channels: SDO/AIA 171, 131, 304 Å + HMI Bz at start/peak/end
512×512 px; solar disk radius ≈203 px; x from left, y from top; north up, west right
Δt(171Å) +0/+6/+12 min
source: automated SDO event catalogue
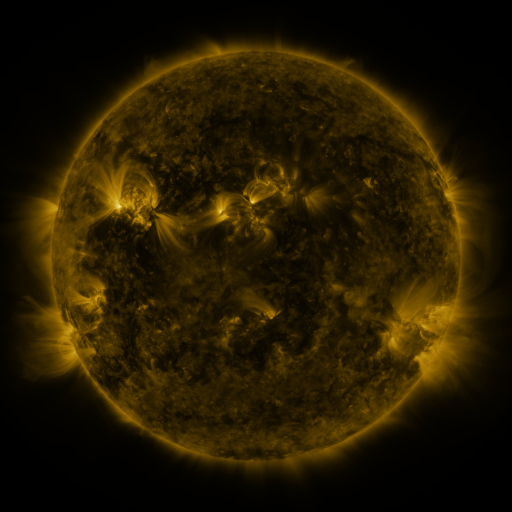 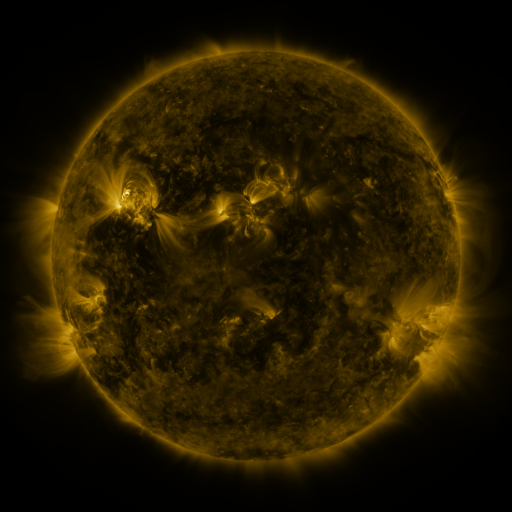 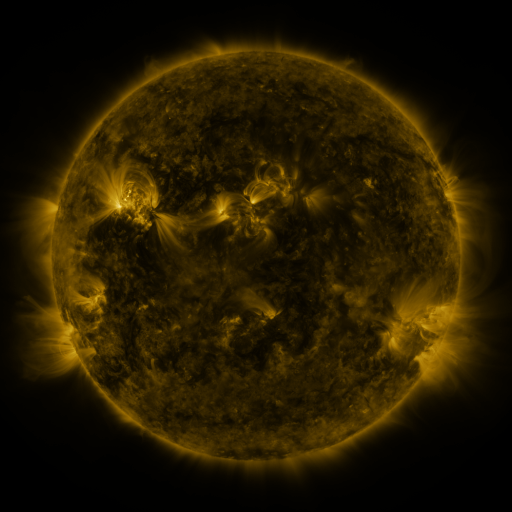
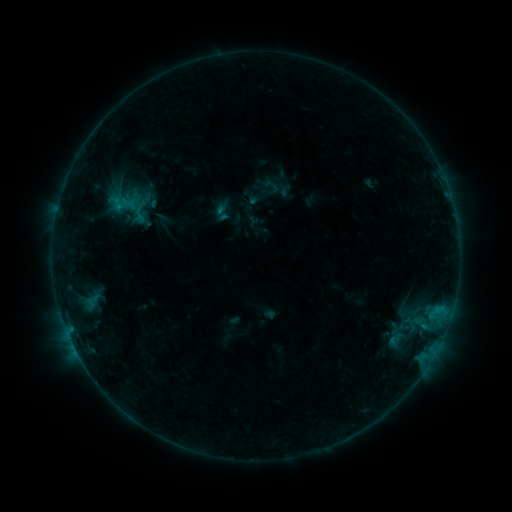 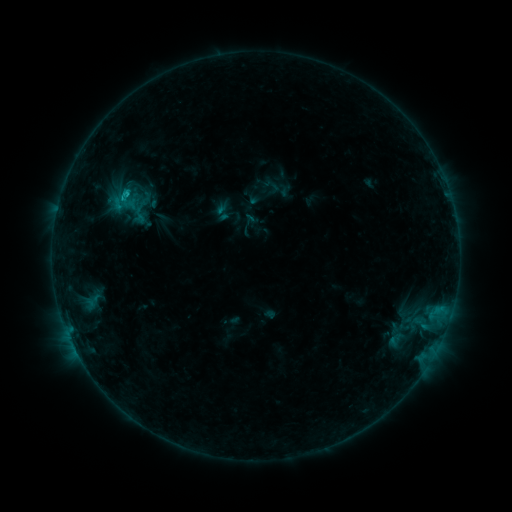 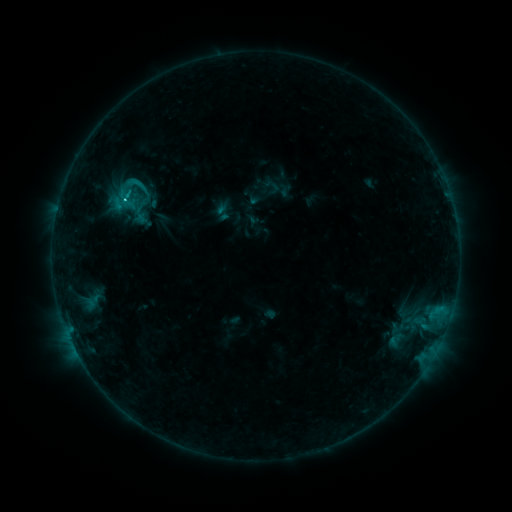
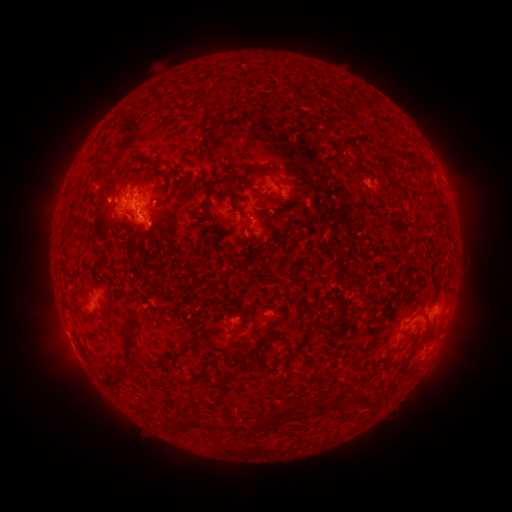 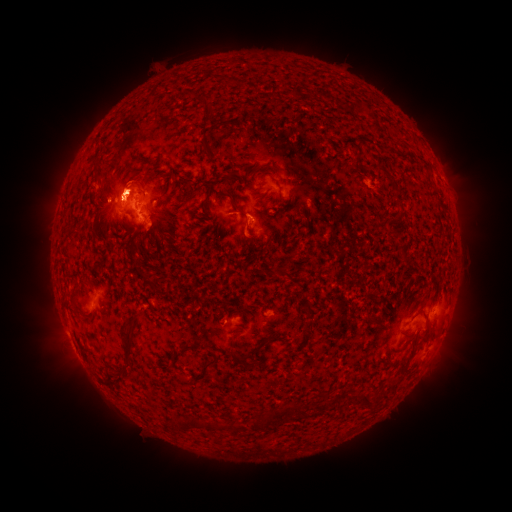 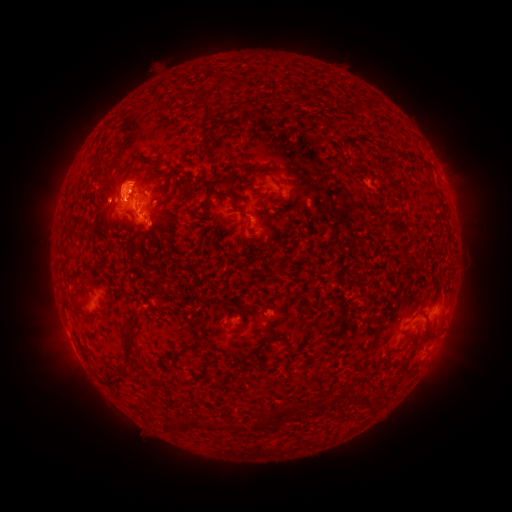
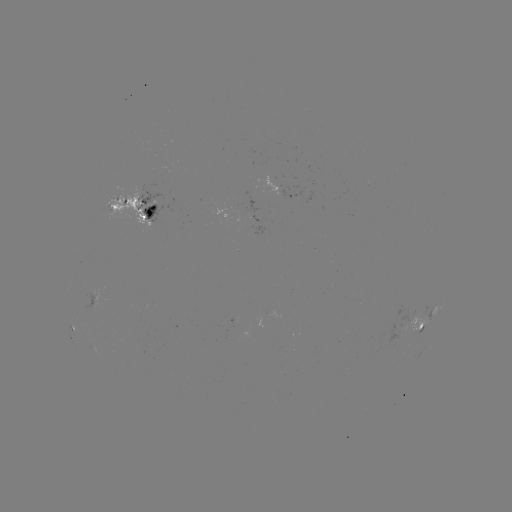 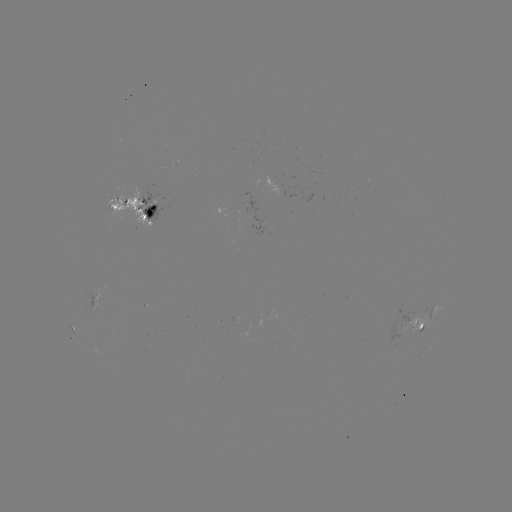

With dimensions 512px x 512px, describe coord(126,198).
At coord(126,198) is C1.5 flare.